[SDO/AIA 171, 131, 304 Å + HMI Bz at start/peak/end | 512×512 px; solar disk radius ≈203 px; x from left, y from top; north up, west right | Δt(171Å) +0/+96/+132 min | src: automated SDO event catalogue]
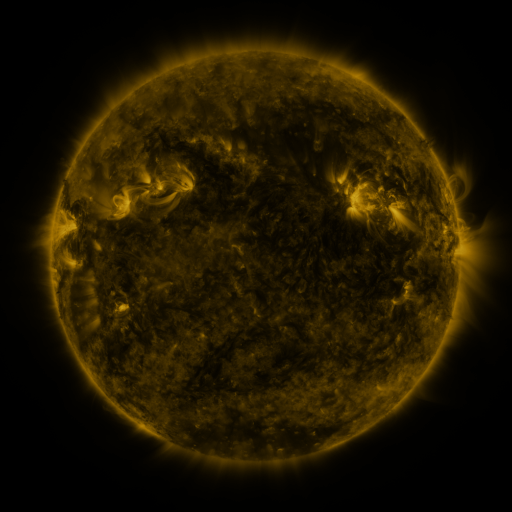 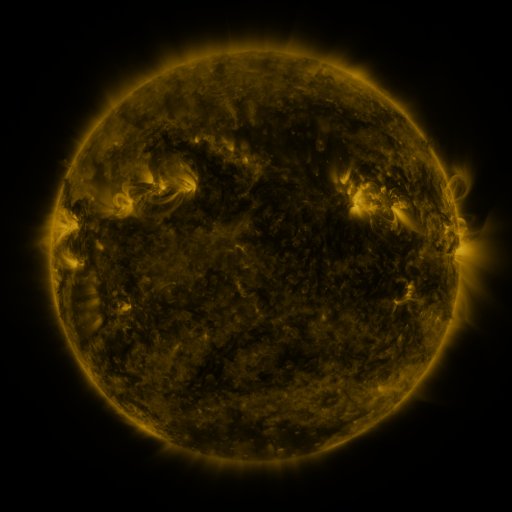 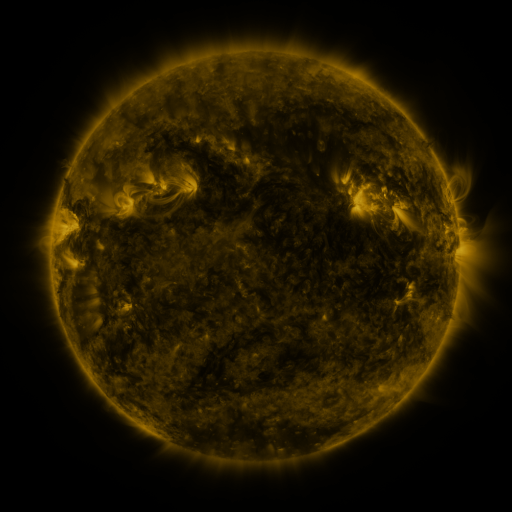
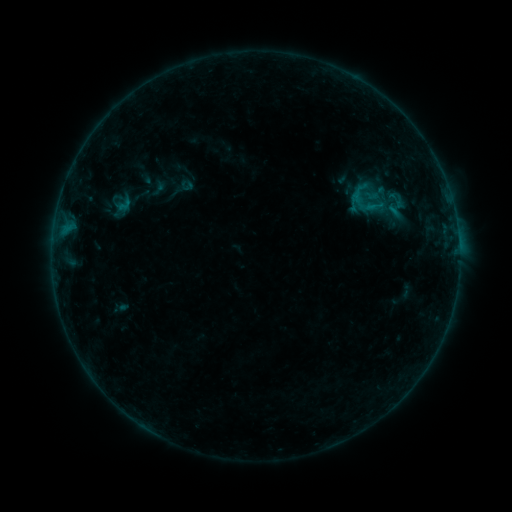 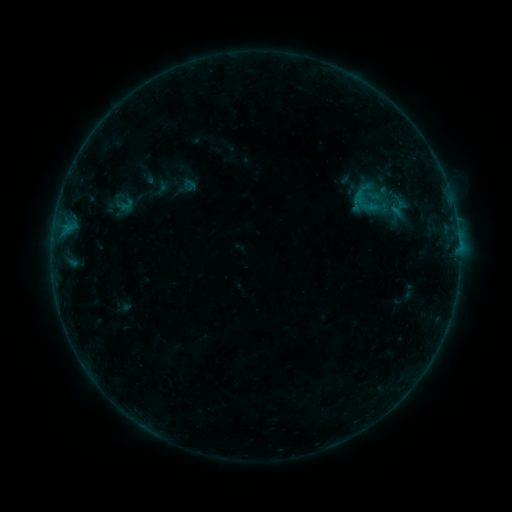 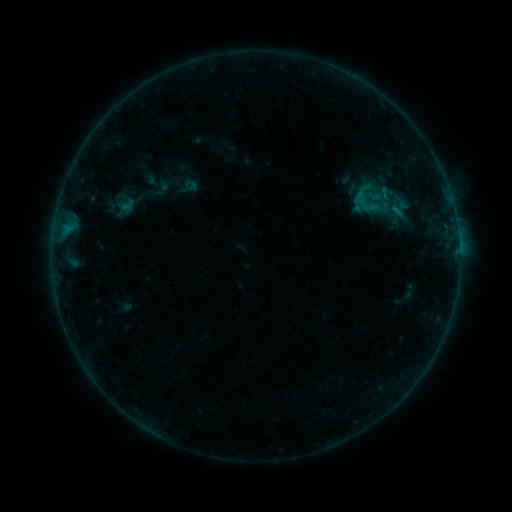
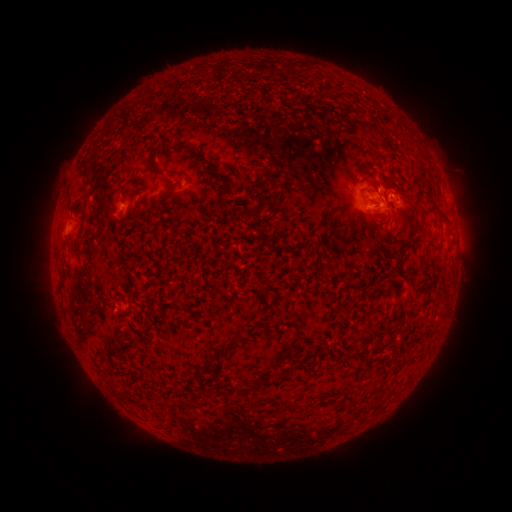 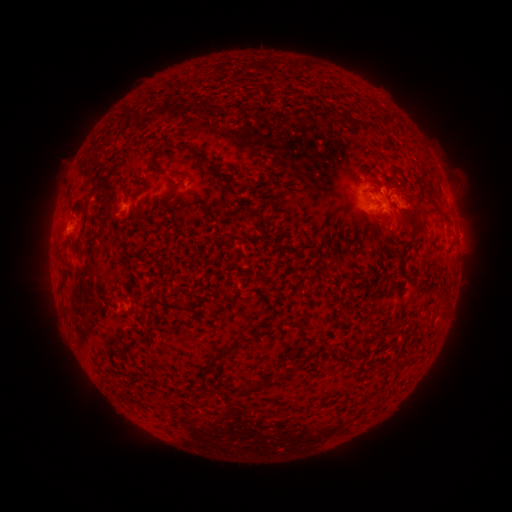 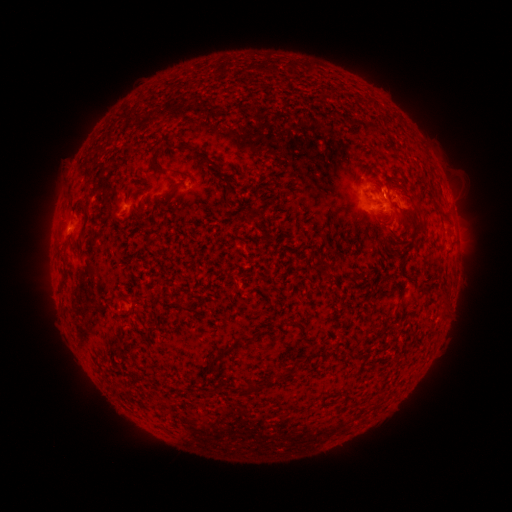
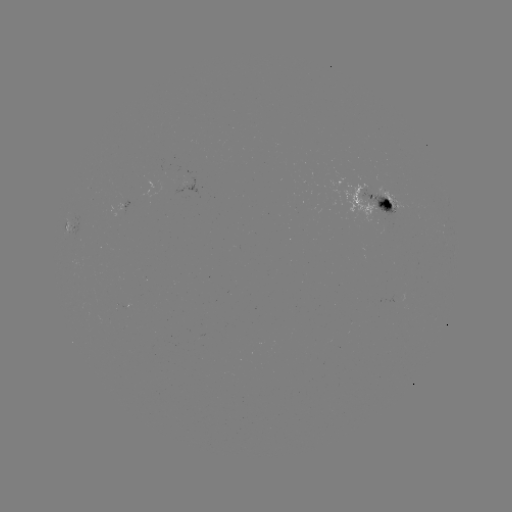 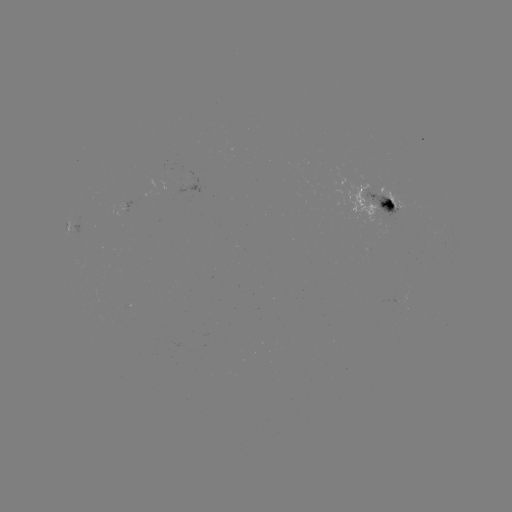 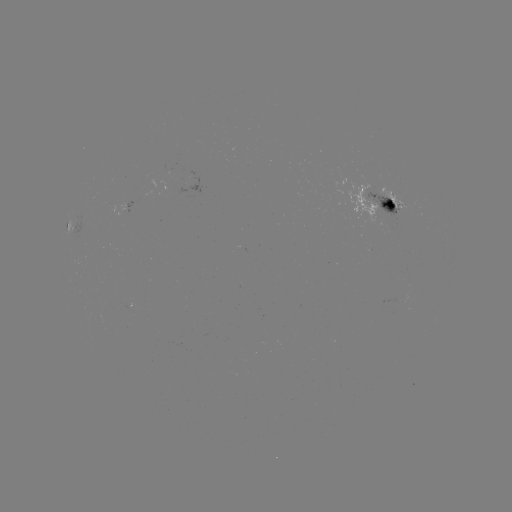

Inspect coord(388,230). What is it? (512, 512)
emerging-flux region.